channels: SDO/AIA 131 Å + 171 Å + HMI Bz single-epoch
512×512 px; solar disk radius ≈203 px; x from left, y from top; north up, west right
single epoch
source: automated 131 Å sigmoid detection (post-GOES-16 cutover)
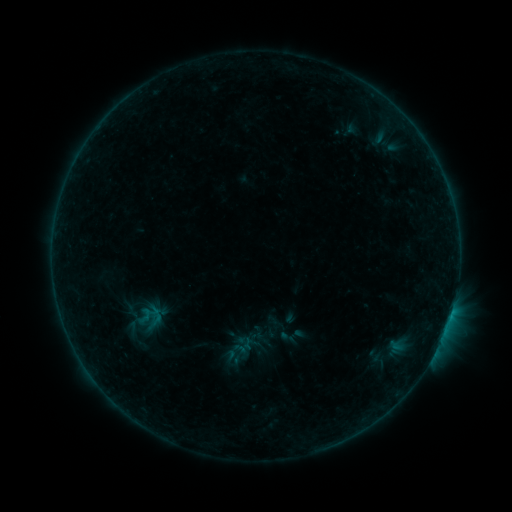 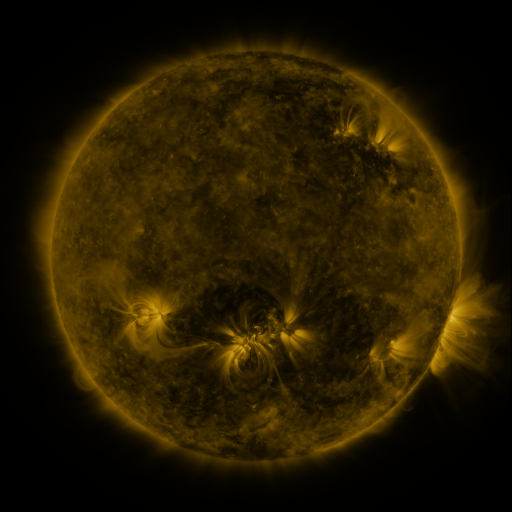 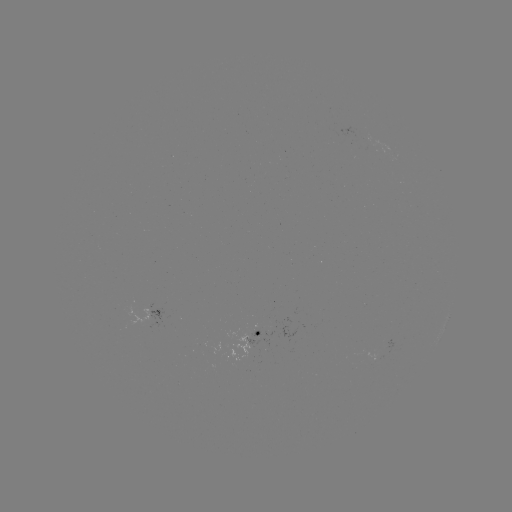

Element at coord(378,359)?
sigmoid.